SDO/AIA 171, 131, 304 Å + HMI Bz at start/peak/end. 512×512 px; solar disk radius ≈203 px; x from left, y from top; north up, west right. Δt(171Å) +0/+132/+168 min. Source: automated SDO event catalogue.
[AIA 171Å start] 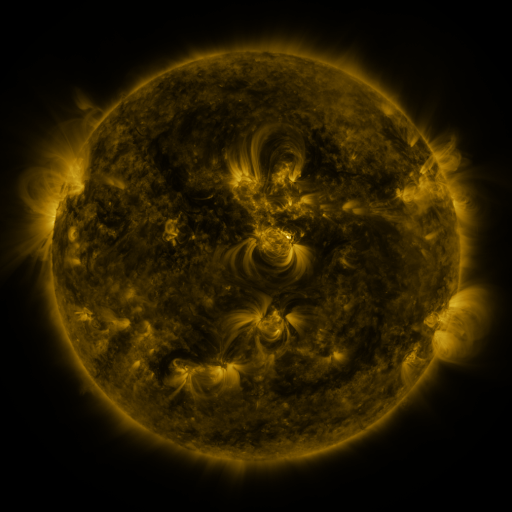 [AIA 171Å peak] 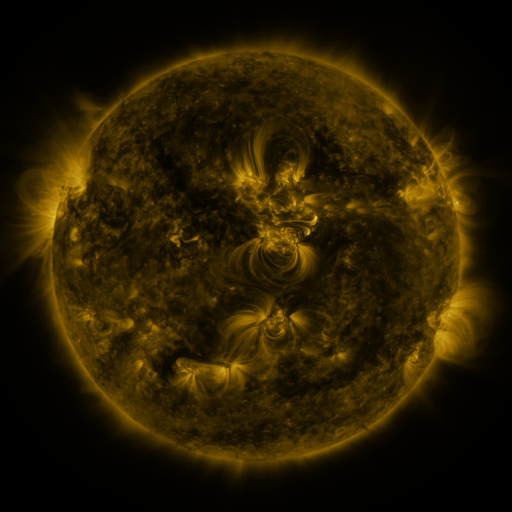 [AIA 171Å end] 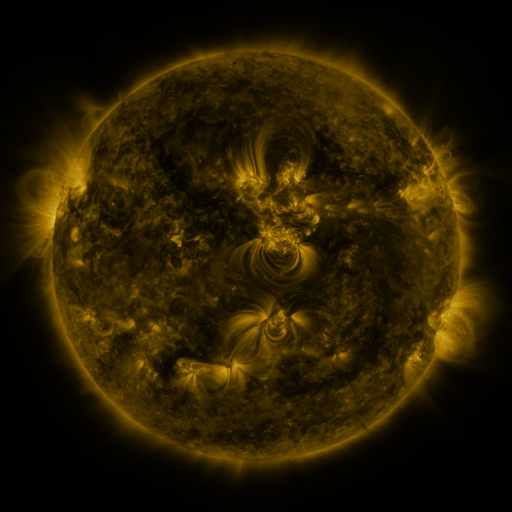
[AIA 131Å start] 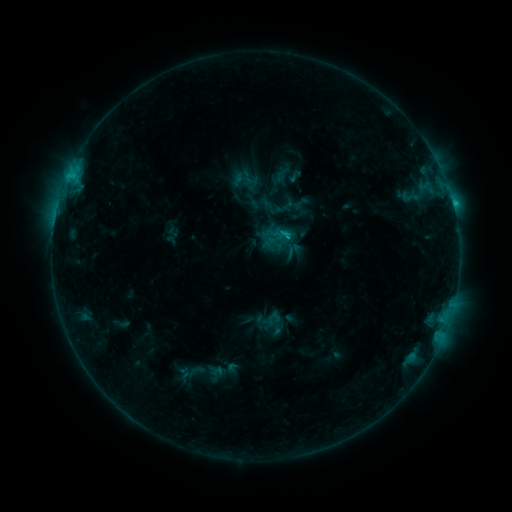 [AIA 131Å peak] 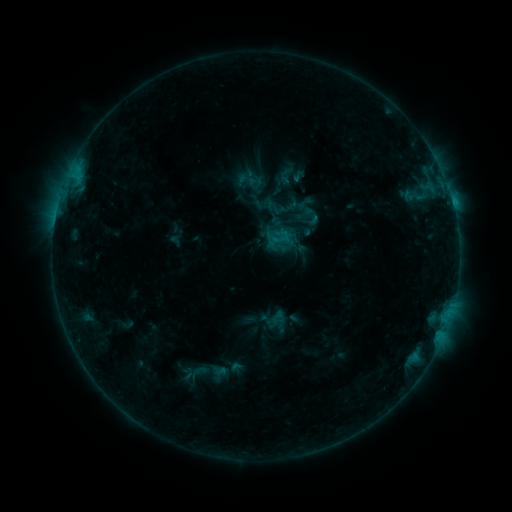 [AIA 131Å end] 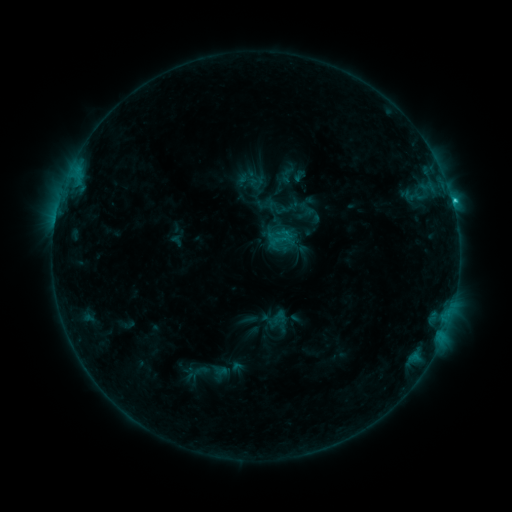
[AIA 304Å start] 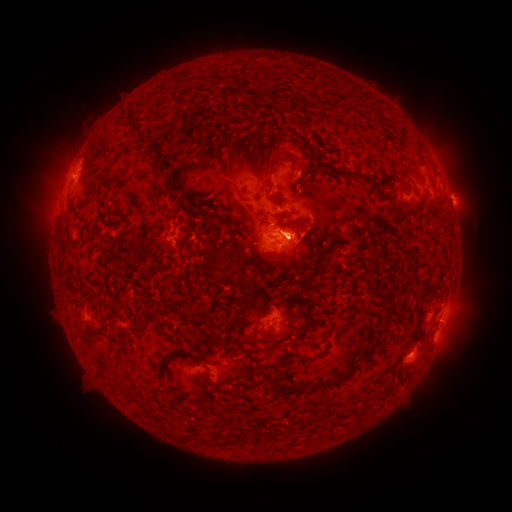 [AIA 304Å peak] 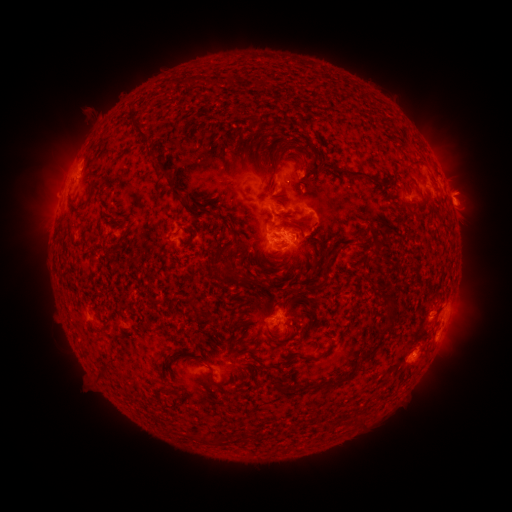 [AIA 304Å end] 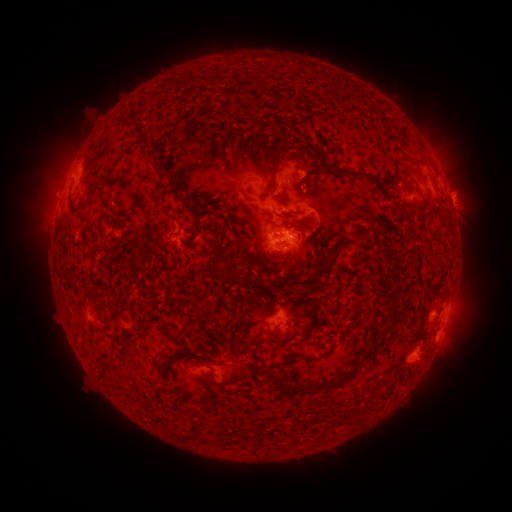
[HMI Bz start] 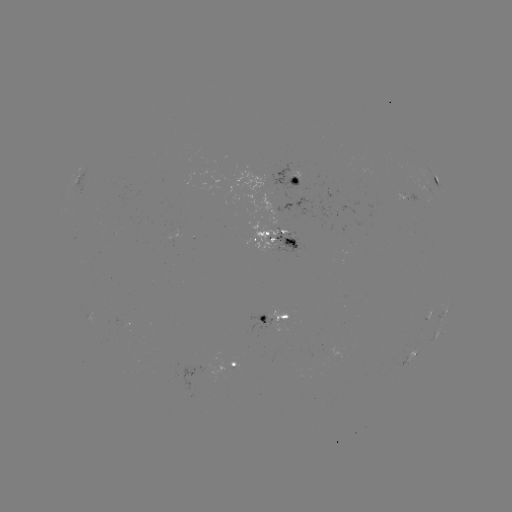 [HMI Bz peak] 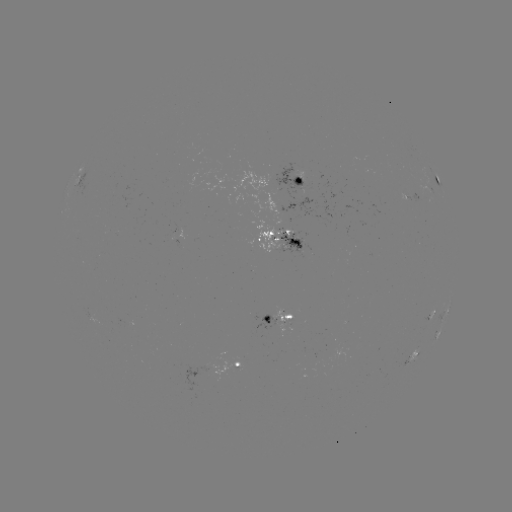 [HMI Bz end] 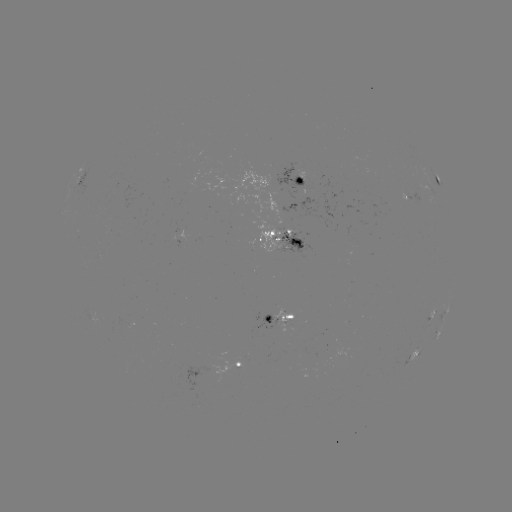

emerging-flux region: <bbox>310, 349, 317, 365</bbox>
